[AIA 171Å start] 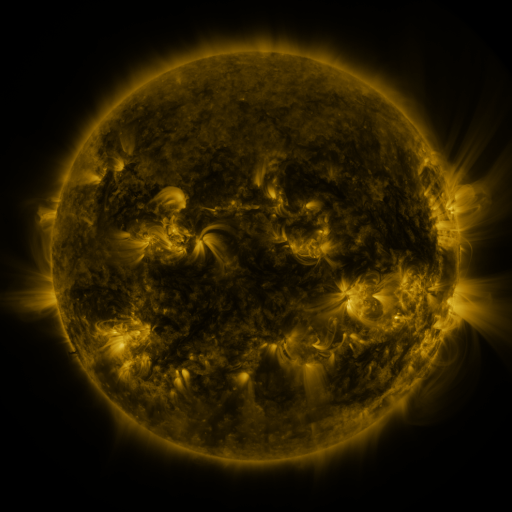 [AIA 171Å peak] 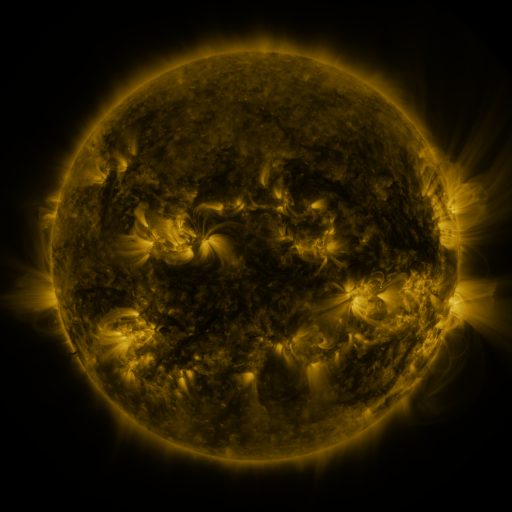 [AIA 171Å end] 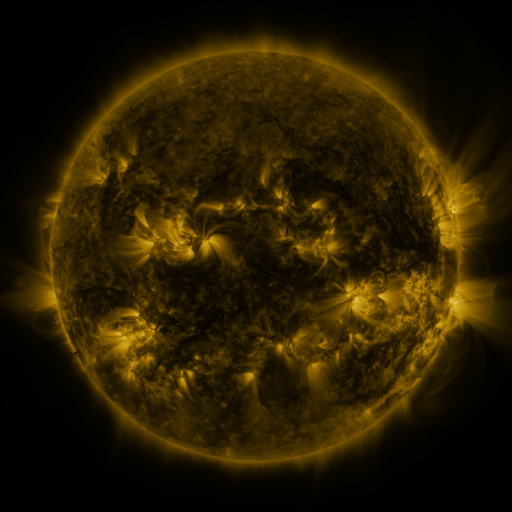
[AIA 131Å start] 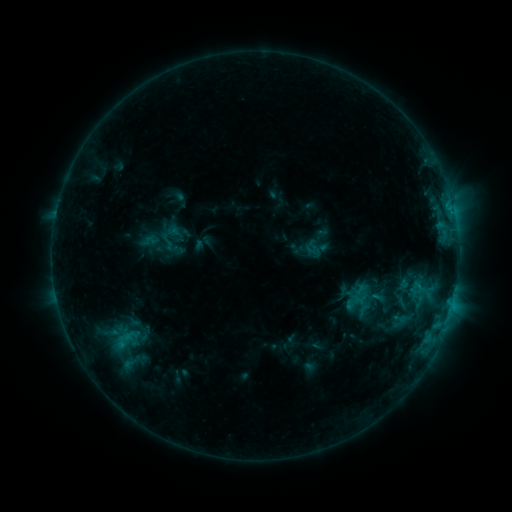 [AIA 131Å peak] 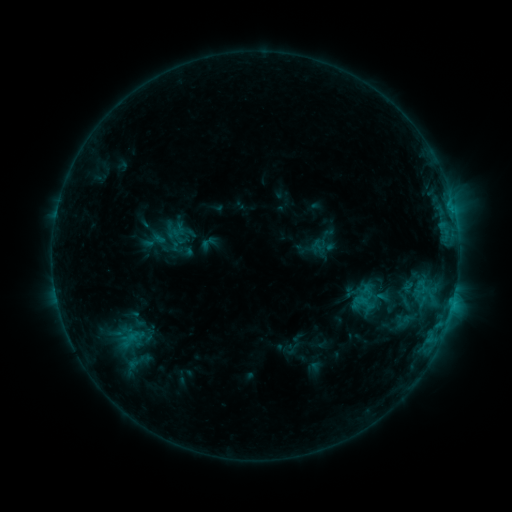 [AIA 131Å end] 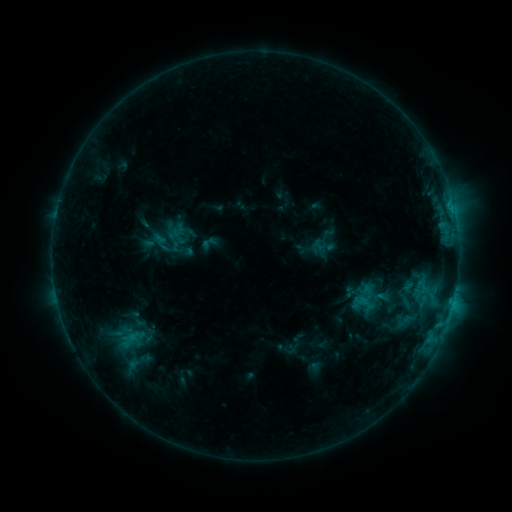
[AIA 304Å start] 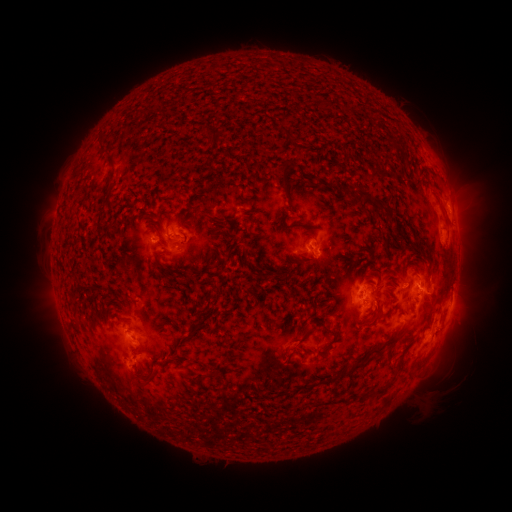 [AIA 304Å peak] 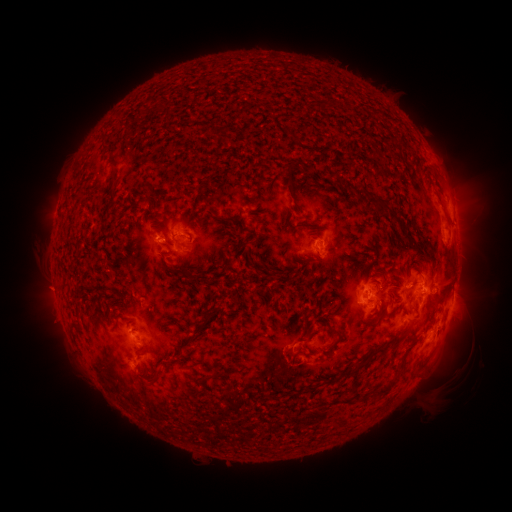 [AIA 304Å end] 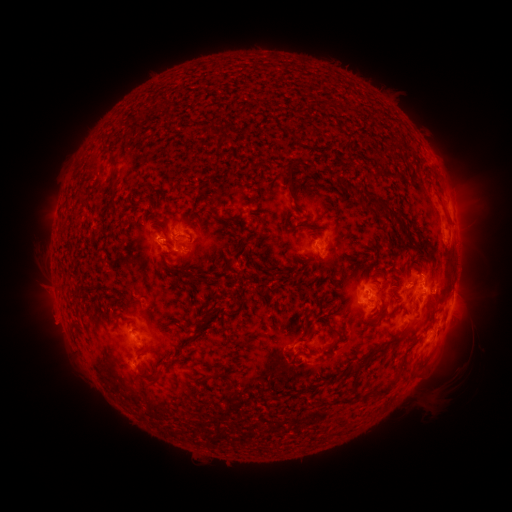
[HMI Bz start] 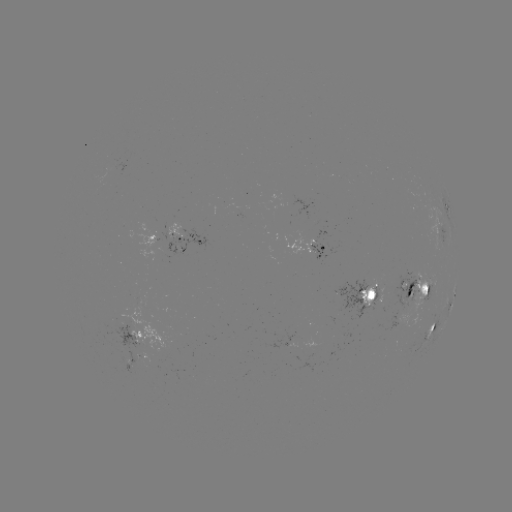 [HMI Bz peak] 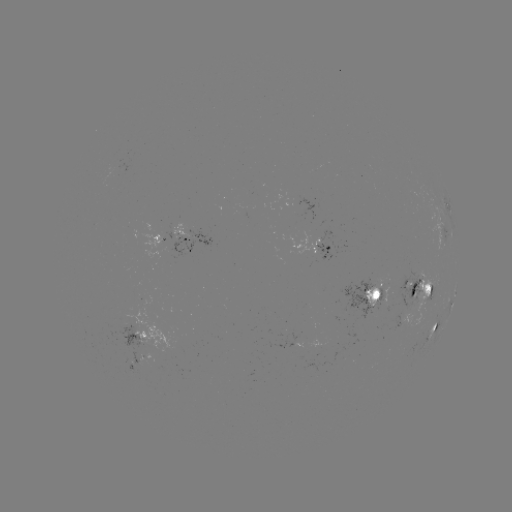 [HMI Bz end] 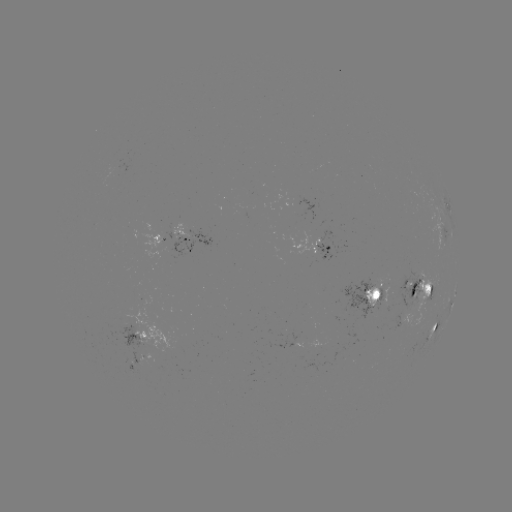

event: emerging-flux region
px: (375, 300)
